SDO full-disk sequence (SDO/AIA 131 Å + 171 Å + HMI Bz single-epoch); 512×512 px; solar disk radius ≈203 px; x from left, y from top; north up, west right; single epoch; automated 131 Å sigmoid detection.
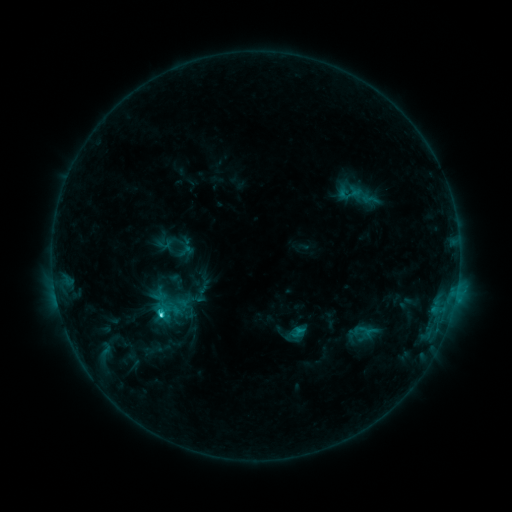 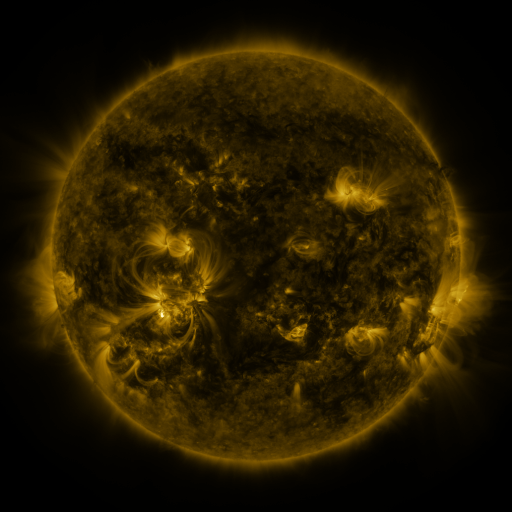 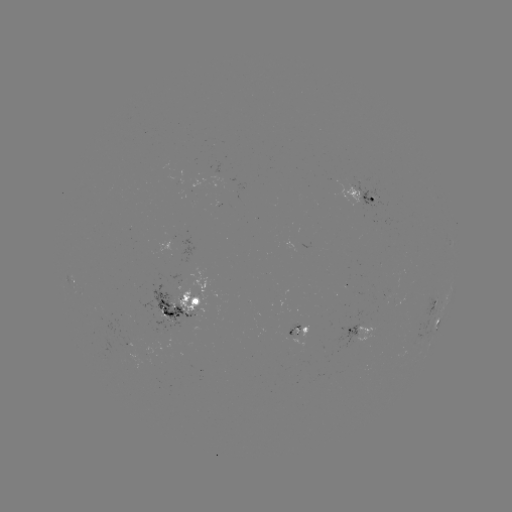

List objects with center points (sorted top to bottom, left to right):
sigmoid: (370, 199)
